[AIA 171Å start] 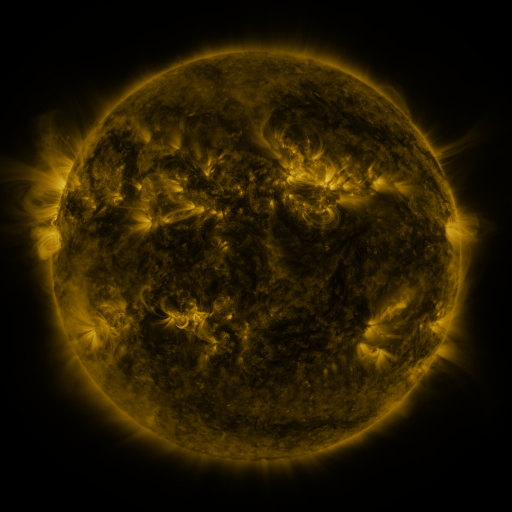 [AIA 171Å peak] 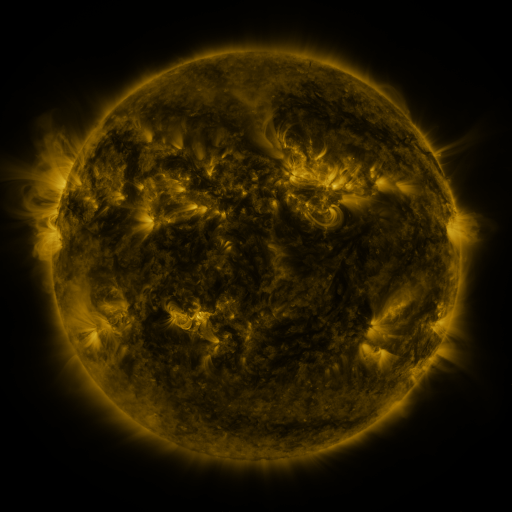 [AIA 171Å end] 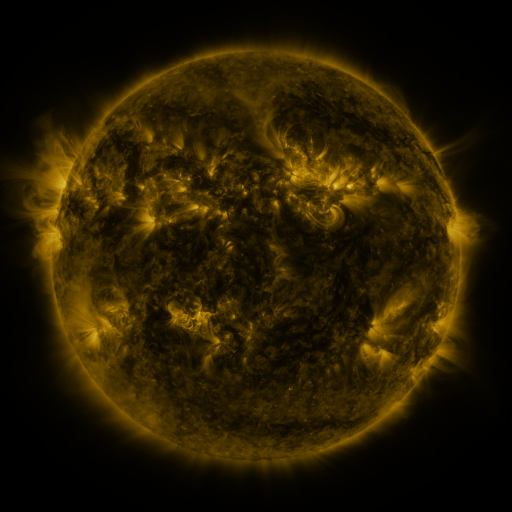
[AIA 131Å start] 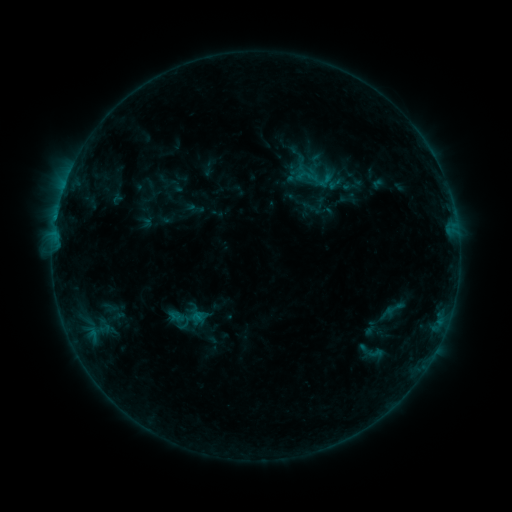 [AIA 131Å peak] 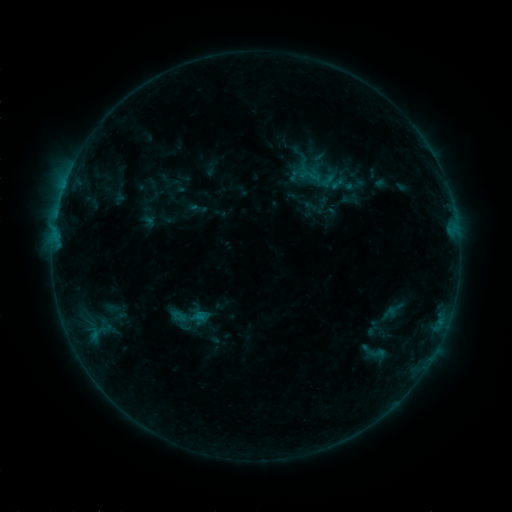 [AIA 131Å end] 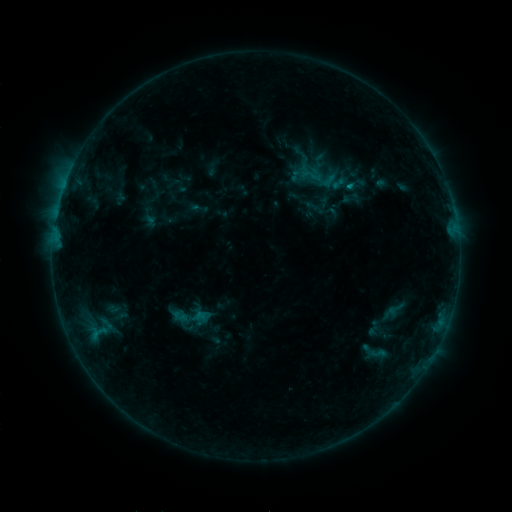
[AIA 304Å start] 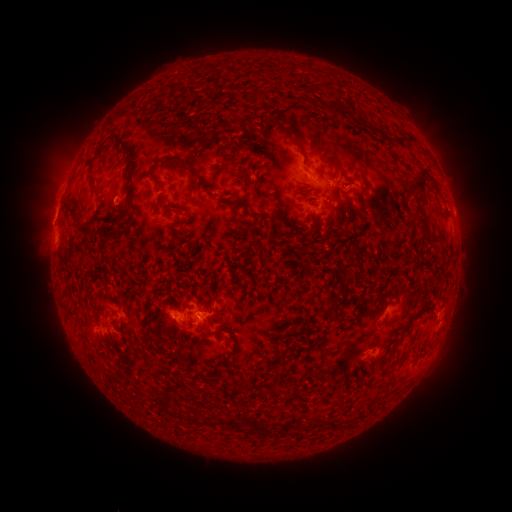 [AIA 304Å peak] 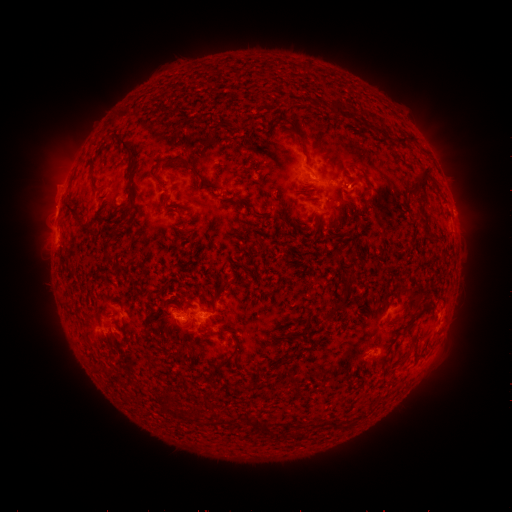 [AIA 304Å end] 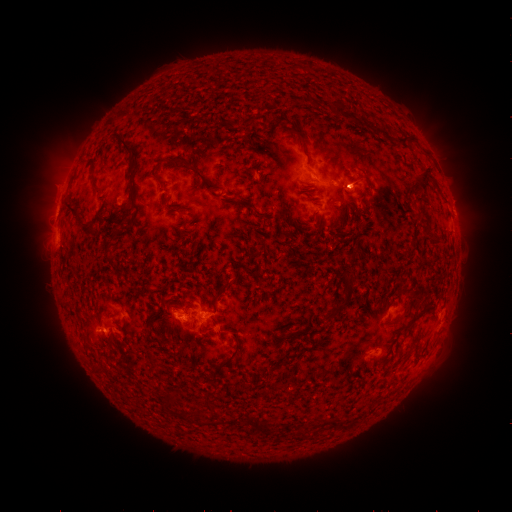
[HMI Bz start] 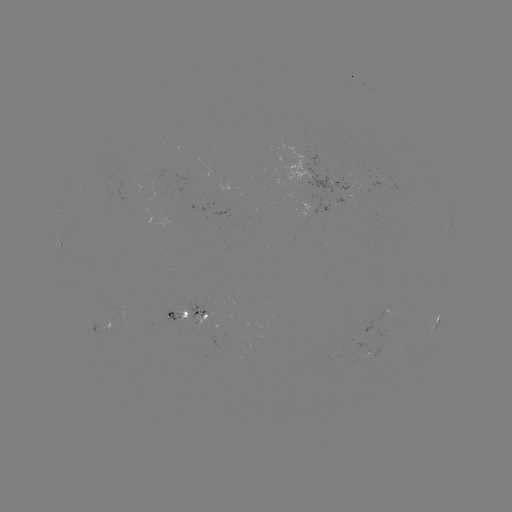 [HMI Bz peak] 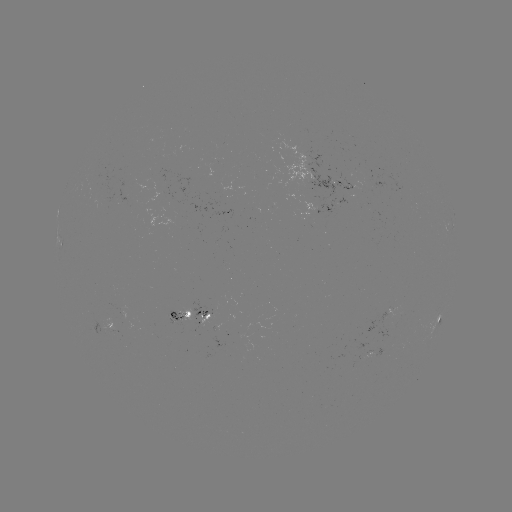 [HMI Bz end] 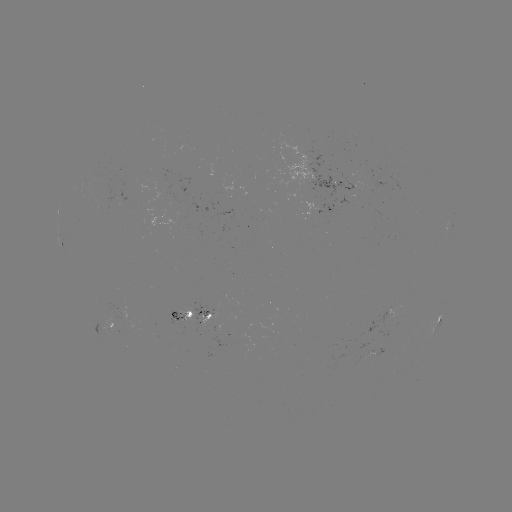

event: emerging-flux region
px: (200, 325)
